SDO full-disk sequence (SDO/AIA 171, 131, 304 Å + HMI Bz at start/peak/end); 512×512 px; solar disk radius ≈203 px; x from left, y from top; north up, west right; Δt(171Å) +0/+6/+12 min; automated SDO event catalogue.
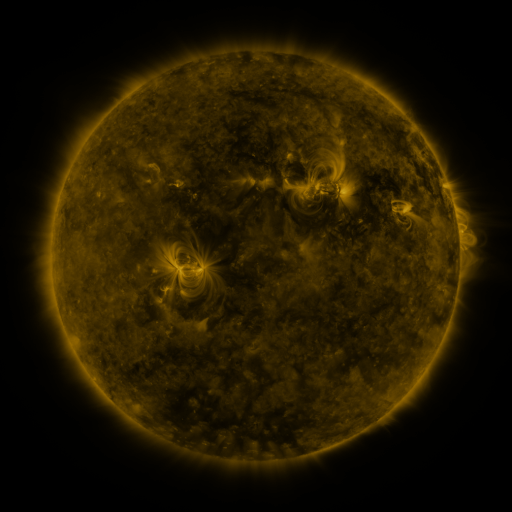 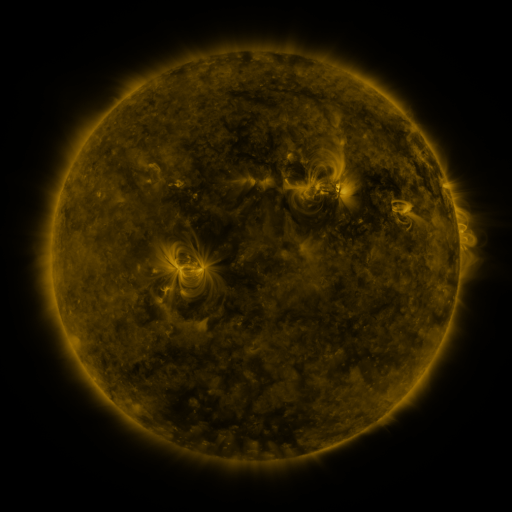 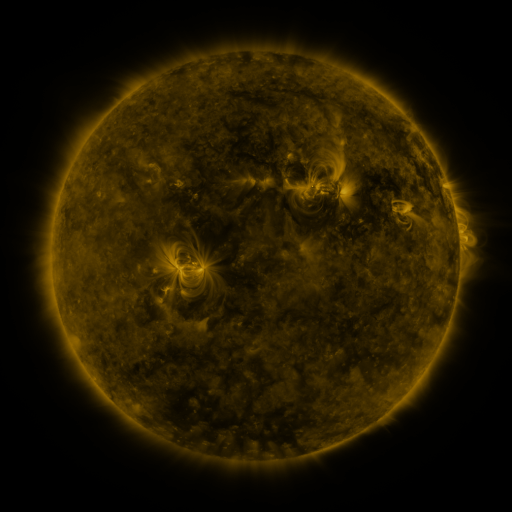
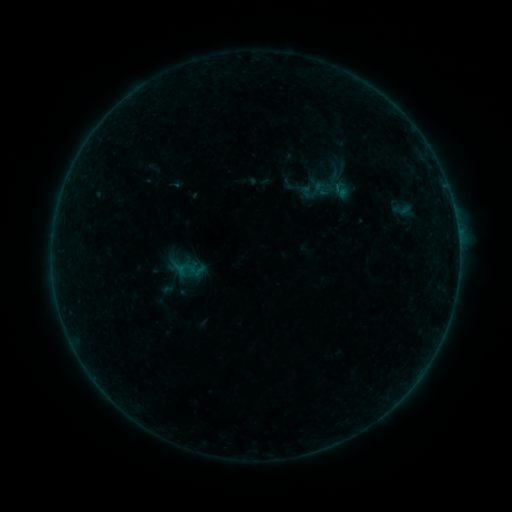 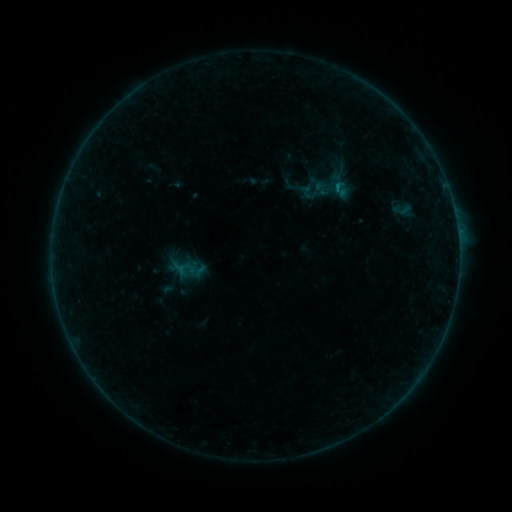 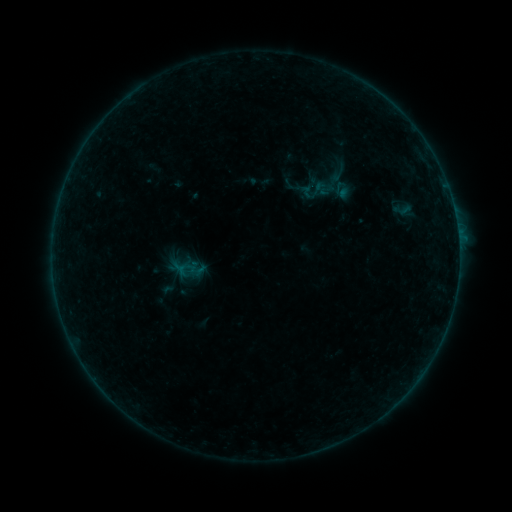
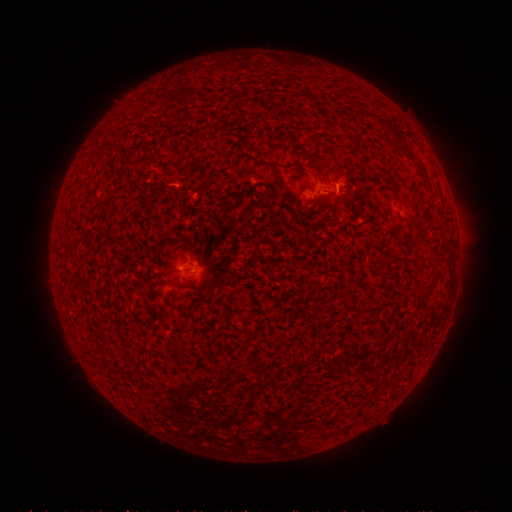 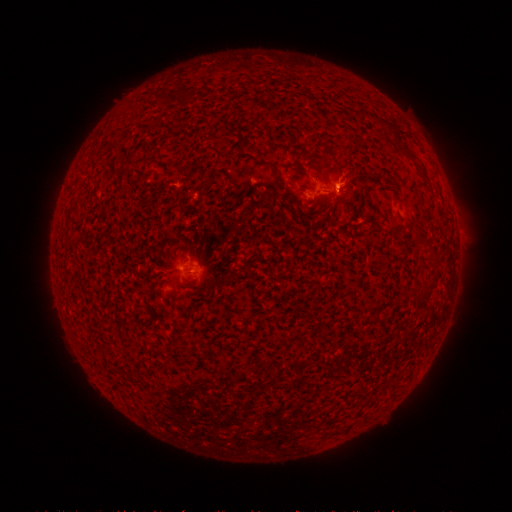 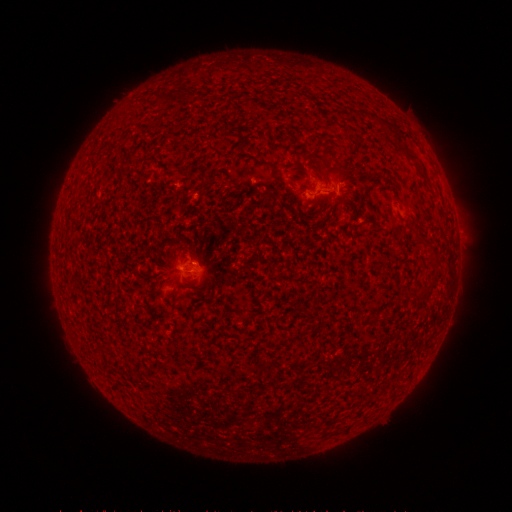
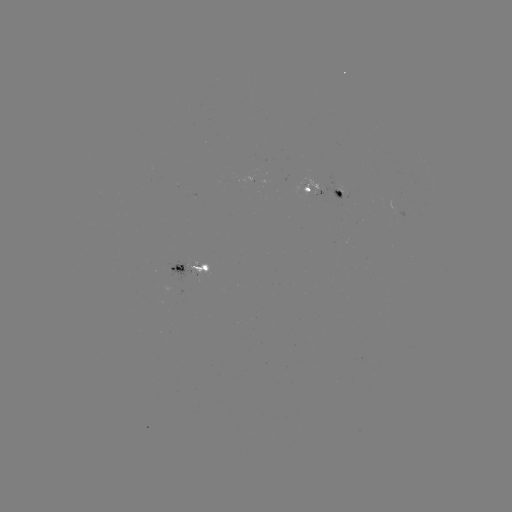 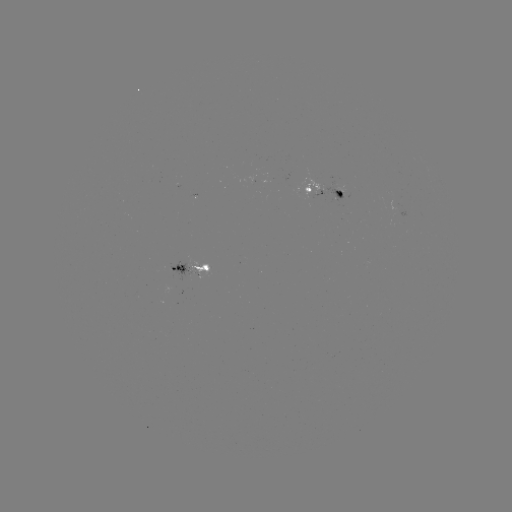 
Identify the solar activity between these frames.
B2.6 flare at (333, 192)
